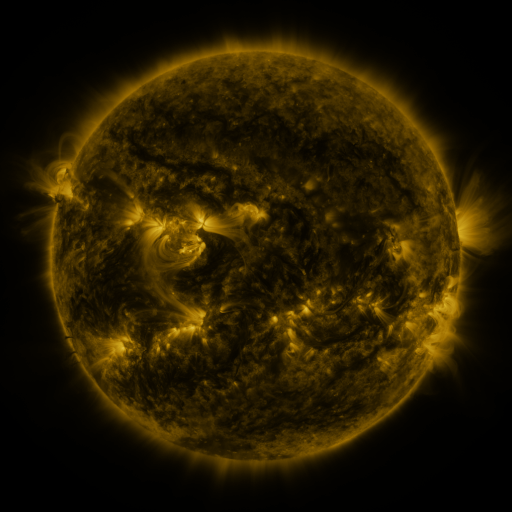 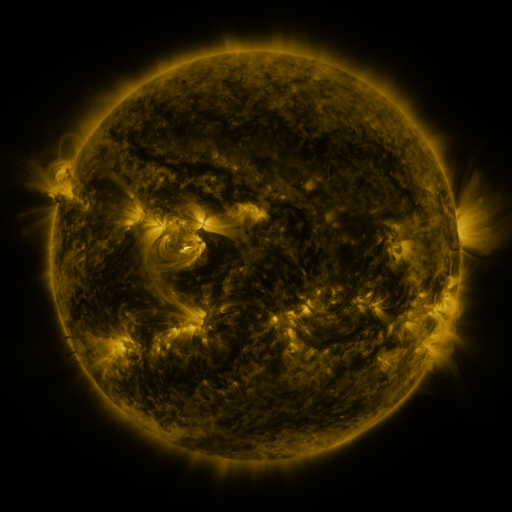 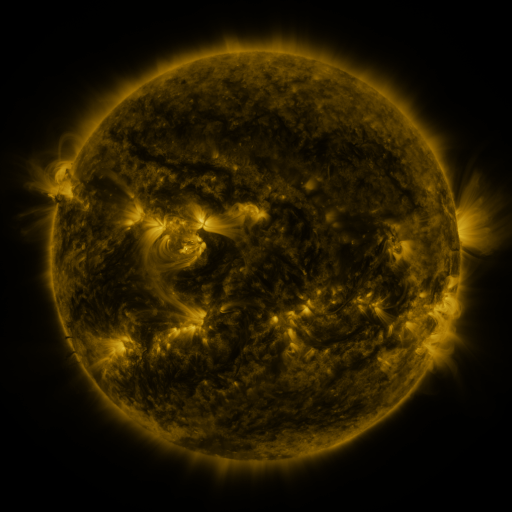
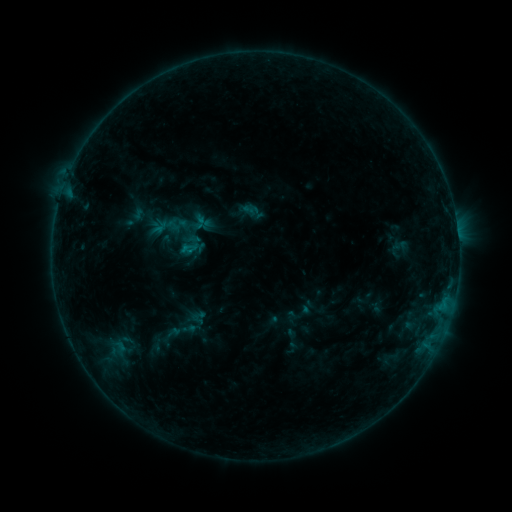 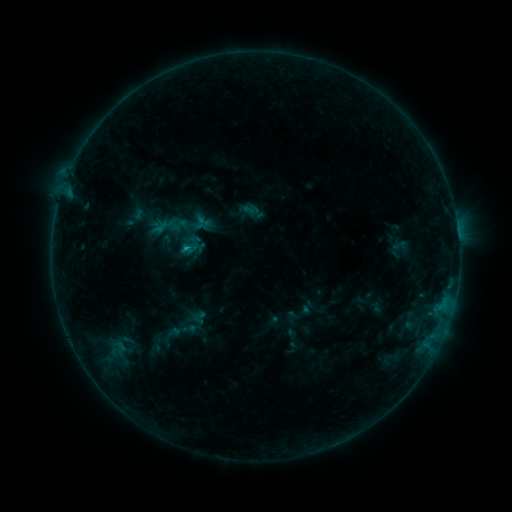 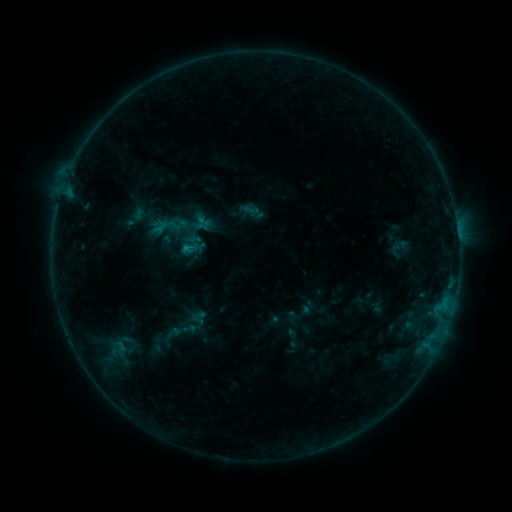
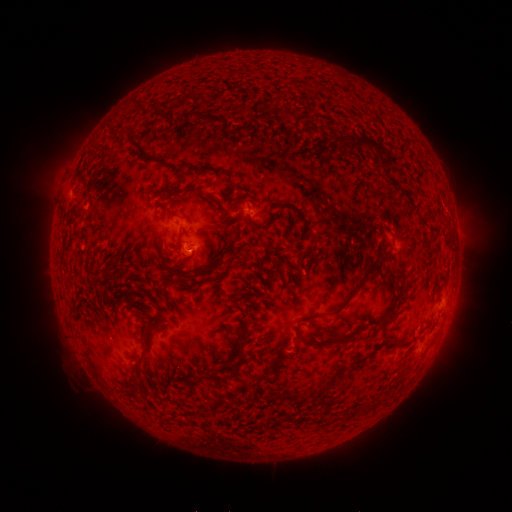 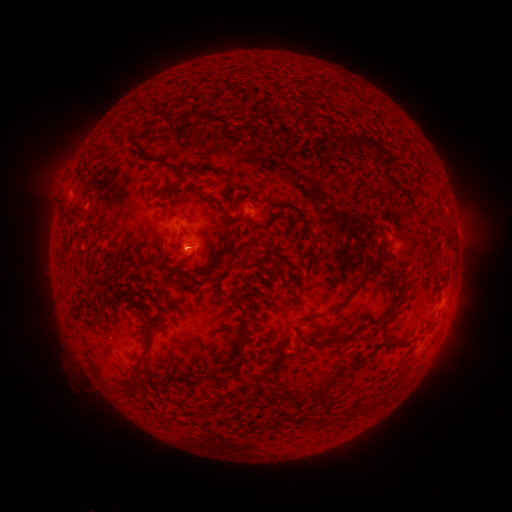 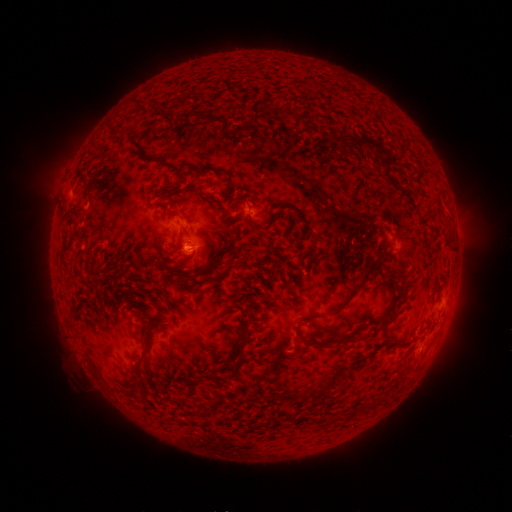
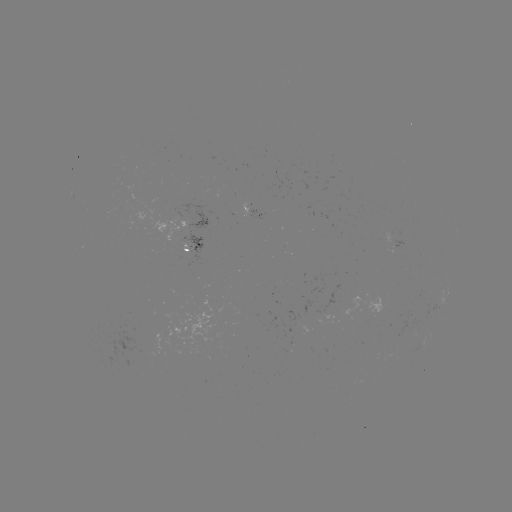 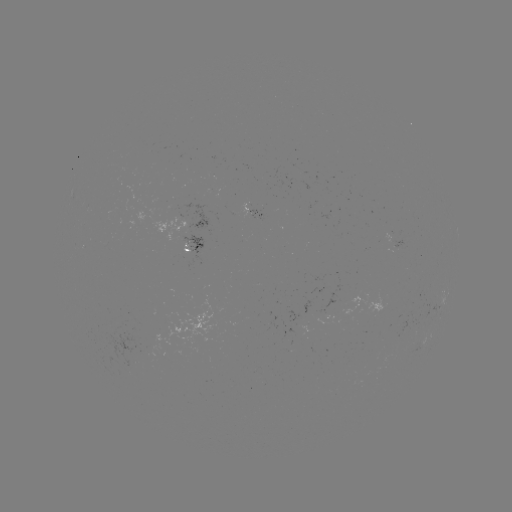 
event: flare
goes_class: B5.1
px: (189, 250)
